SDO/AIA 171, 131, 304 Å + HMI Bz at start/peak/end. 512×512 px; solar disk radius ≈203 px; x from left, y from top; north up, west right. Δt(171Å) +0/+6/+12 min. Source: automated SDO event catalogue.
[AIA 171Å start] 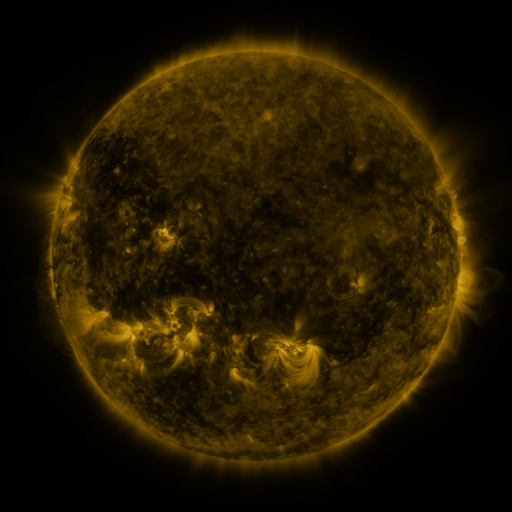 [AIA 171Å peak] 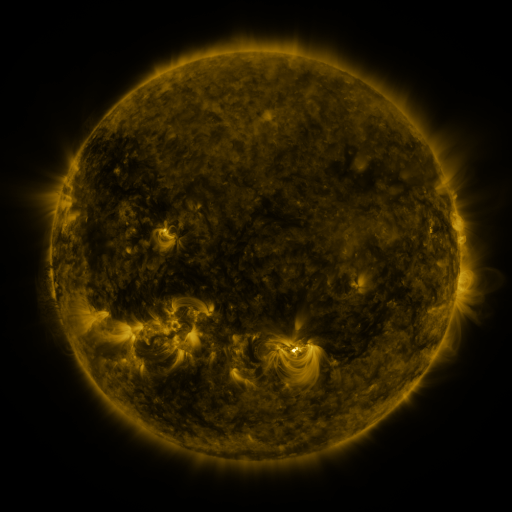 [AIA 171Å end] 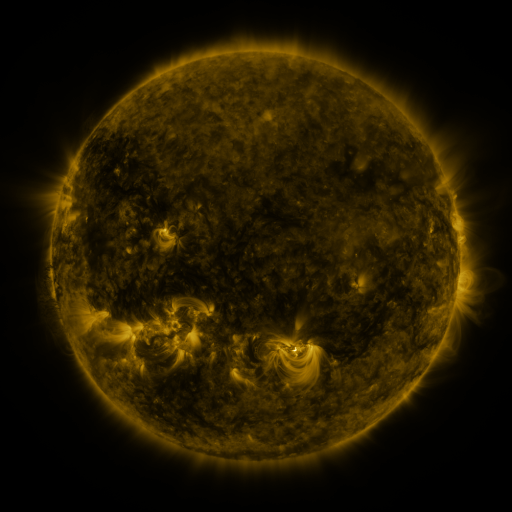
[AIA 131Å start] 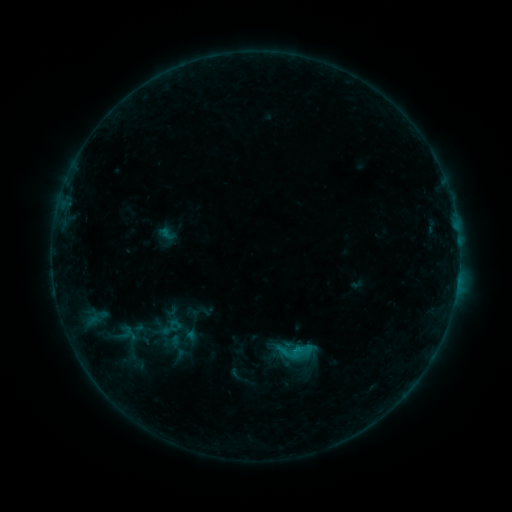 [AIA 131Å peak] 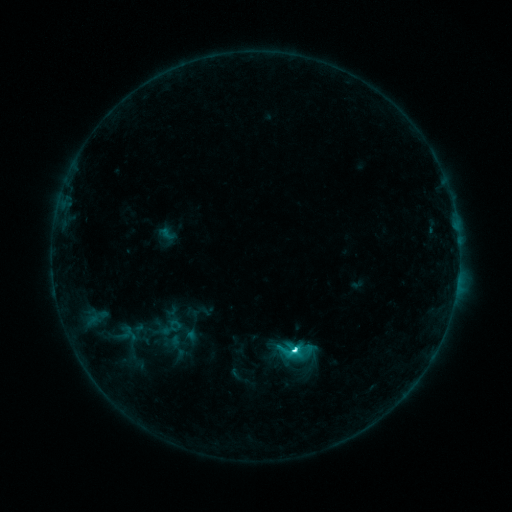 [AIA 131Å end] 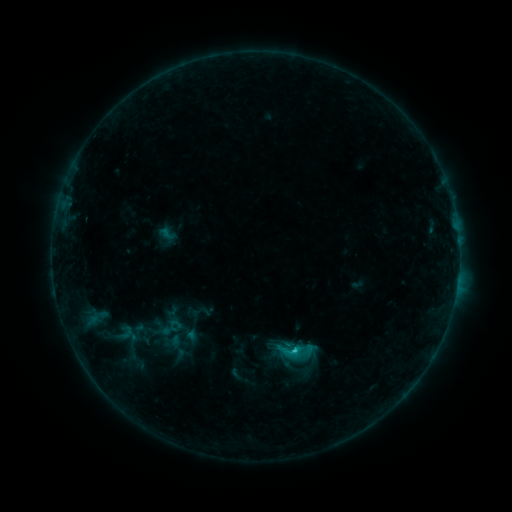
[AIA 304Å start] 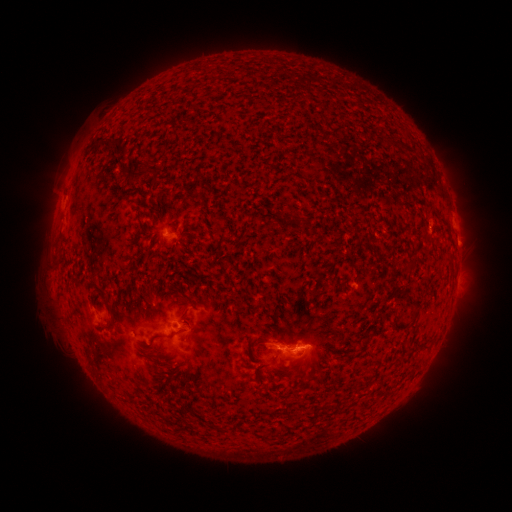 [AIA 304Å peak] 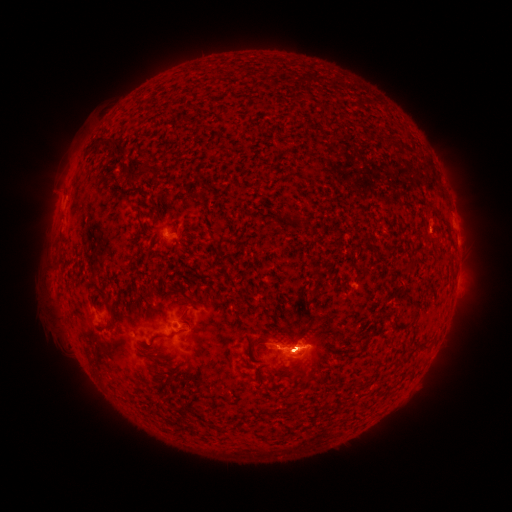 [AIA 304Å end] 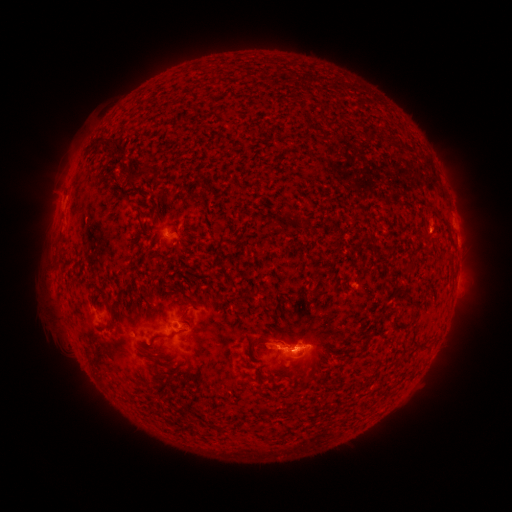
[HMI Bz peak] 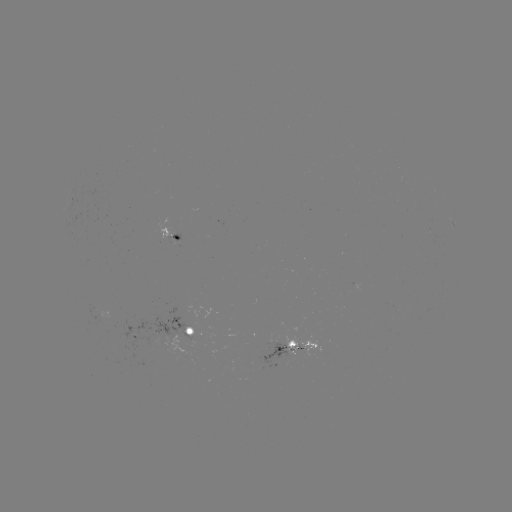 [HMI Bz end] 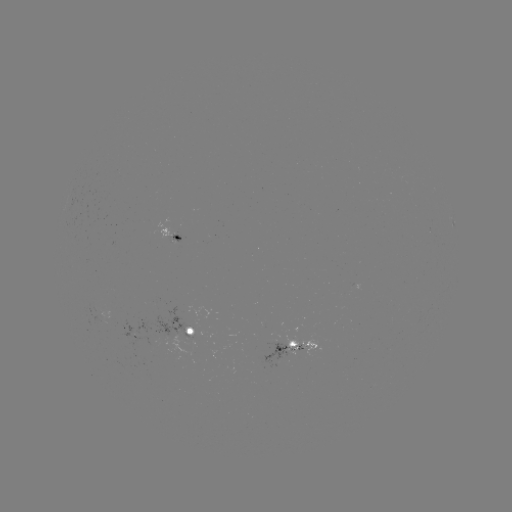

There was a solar flare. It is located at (292, 348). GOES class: C3.3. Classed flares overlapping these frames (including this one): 1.